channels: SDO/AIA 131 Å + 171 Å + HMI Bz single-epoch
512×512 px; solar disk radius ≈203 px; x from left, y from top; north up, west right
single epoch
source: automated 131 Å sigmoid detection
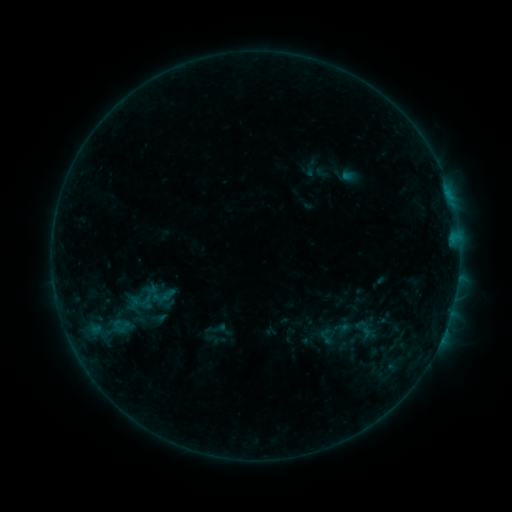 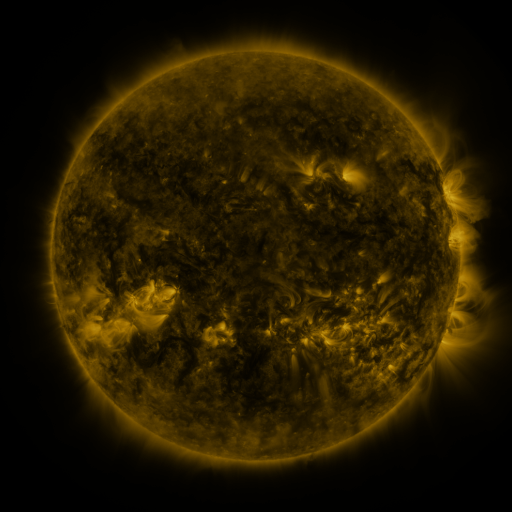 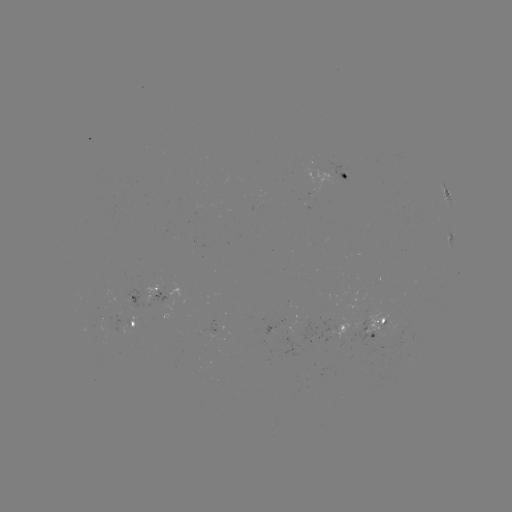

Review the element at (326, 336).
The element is sigmoid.